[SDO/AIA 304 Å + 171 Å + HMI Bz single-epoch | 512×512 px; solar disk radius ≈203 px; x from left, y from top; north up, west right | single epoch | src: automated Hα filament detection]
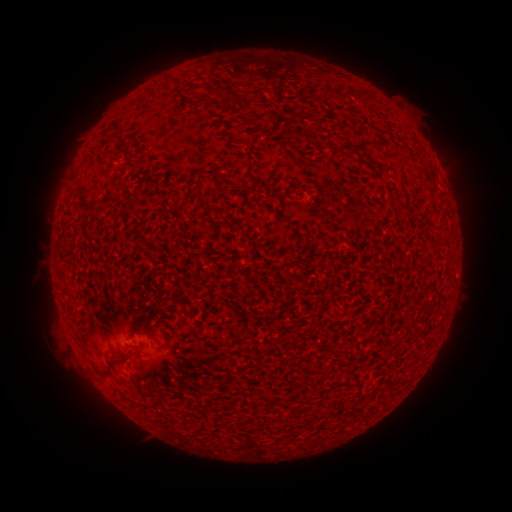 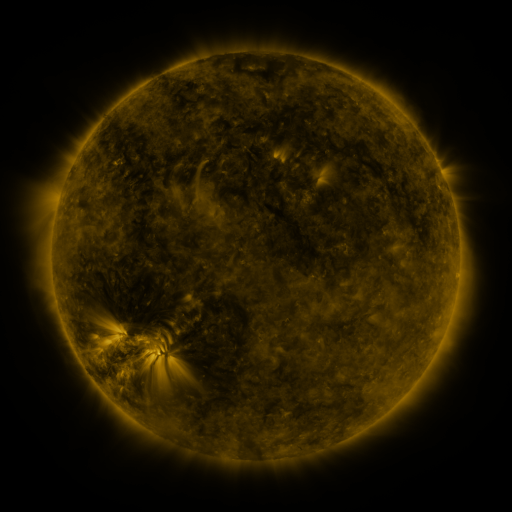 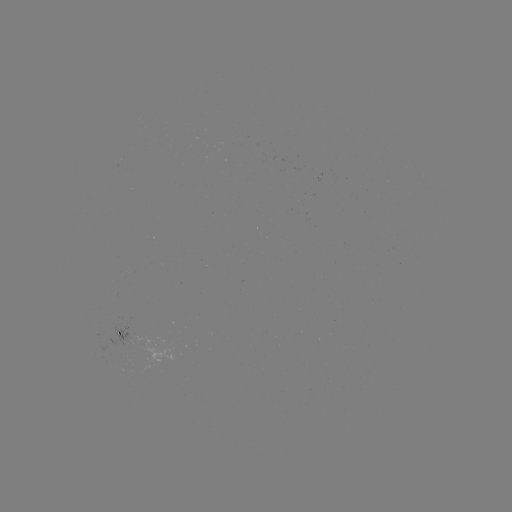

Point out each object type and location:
filament: (360, 95)
filament: (260, 117)
filament: (304, 135)
filament: (343, 148)
filament: (354, 153)
filament: (132, 157)
filament: (372, 166)
filament: (136, 200)
filament: (404, 206)
filament: (279, 219)
filament: (151, 249)
filament: (118, 361)
